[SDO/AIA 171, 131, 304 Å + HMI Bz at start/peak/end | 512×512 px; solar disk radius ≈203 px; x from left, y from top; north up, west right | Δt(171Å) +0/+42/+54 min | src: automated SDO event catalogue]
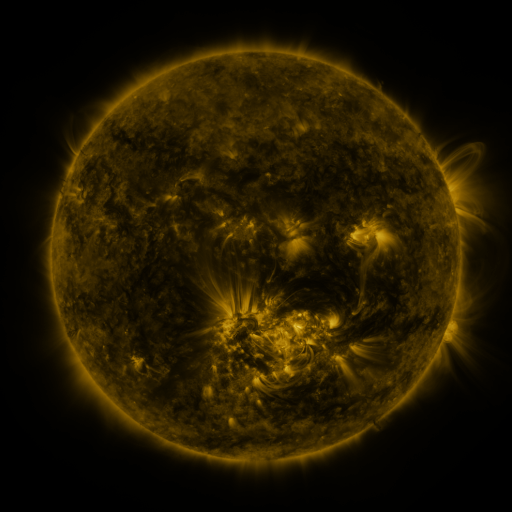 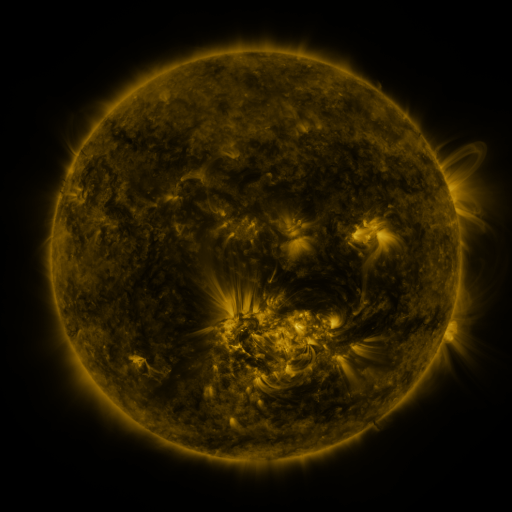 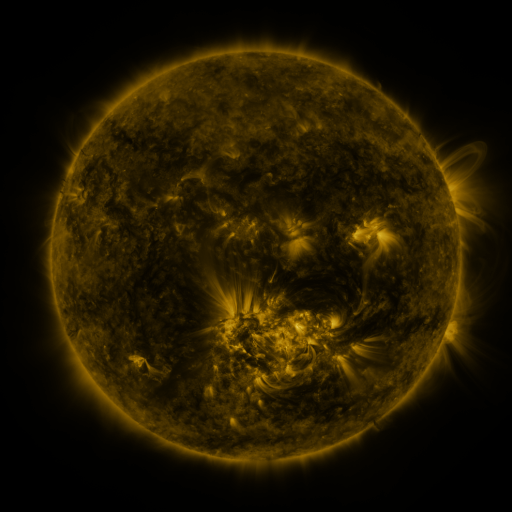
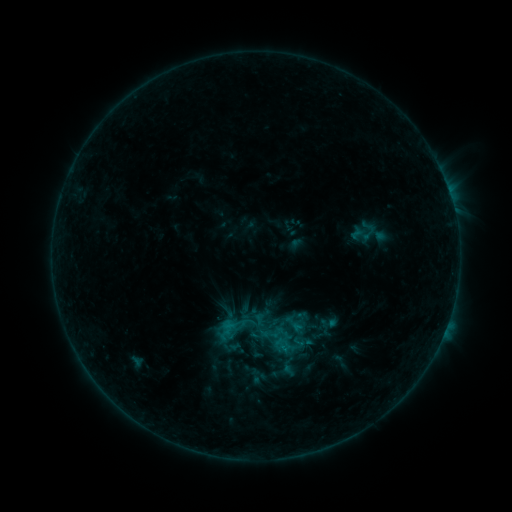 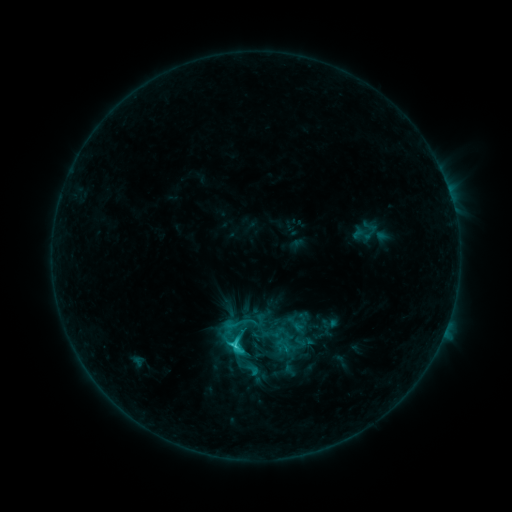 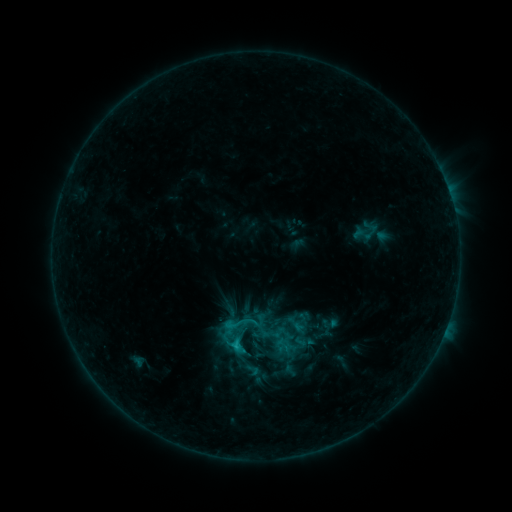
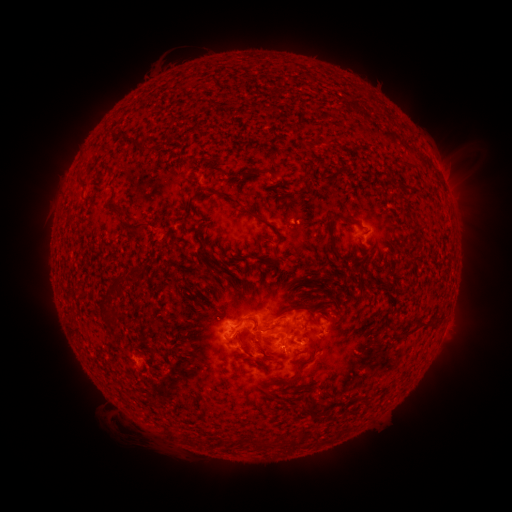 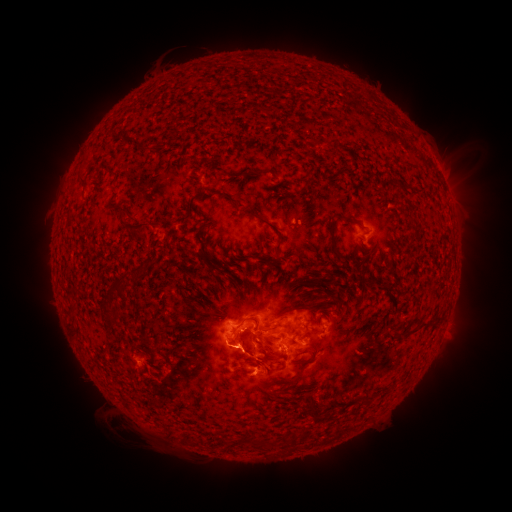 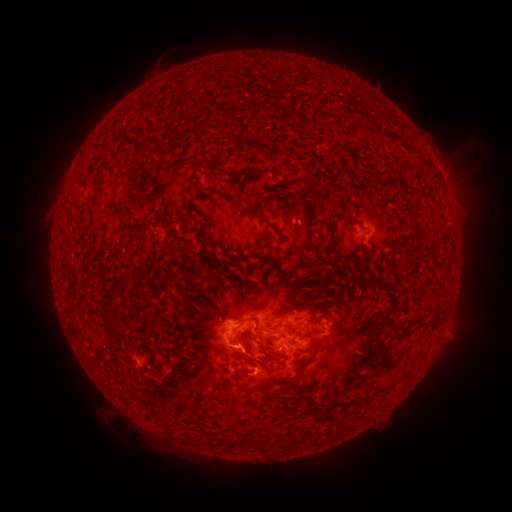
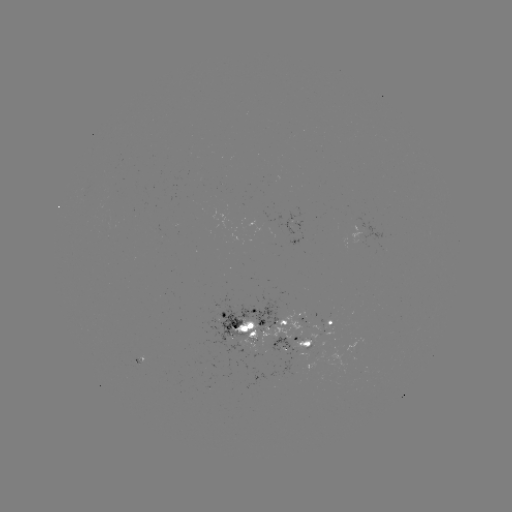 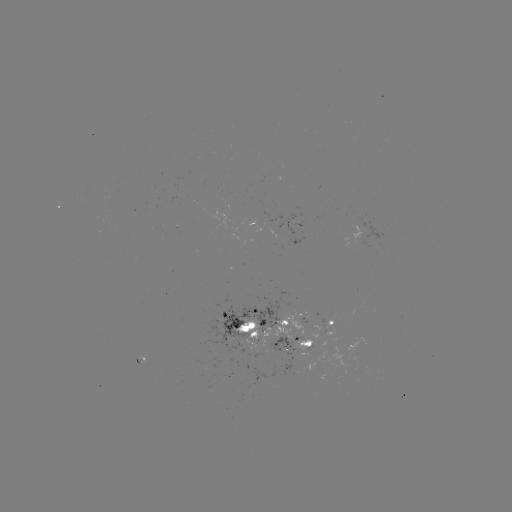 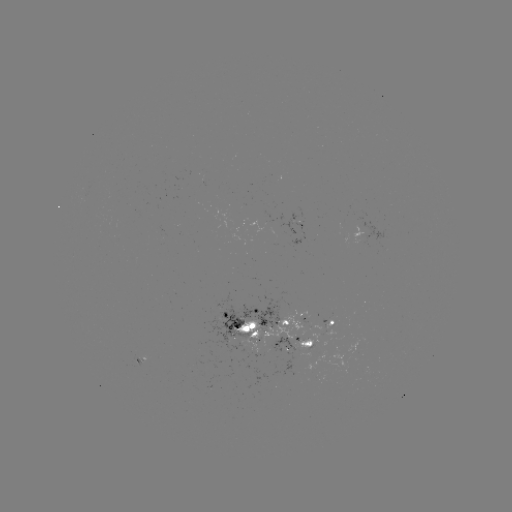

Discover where C3.1 flare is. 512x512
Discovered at [236, 345].